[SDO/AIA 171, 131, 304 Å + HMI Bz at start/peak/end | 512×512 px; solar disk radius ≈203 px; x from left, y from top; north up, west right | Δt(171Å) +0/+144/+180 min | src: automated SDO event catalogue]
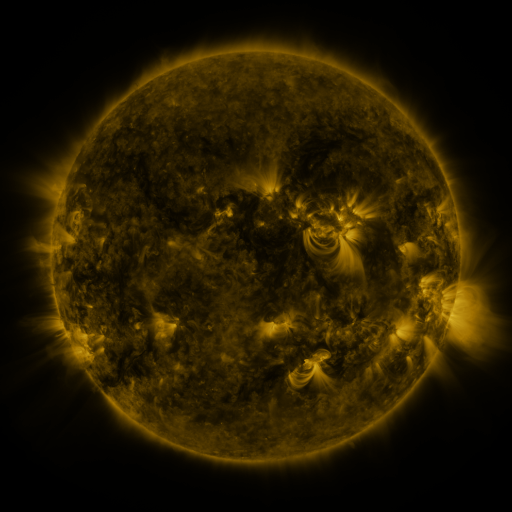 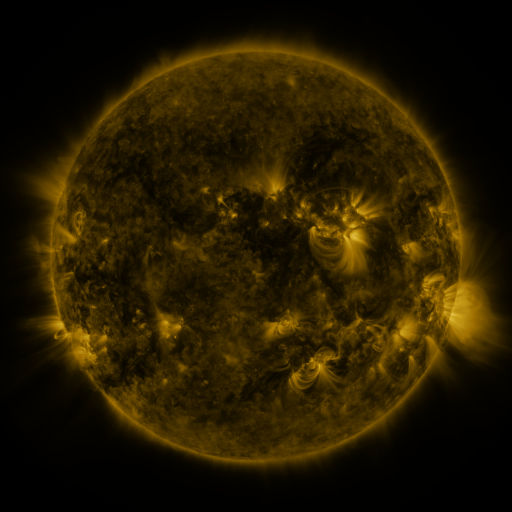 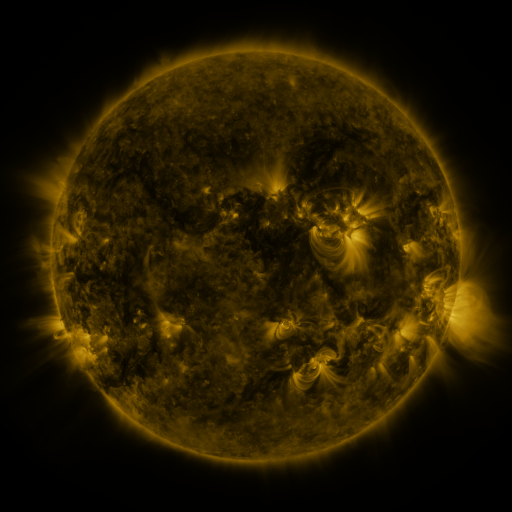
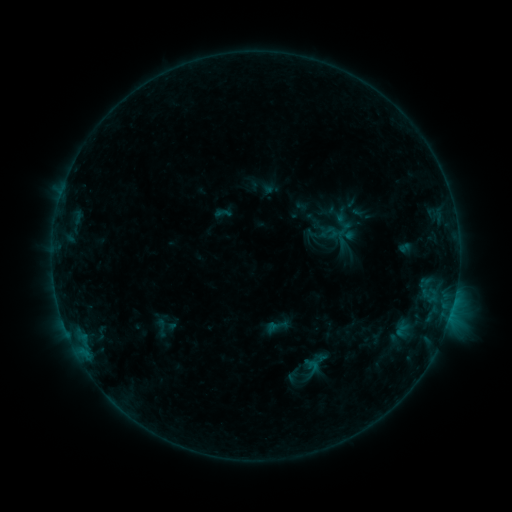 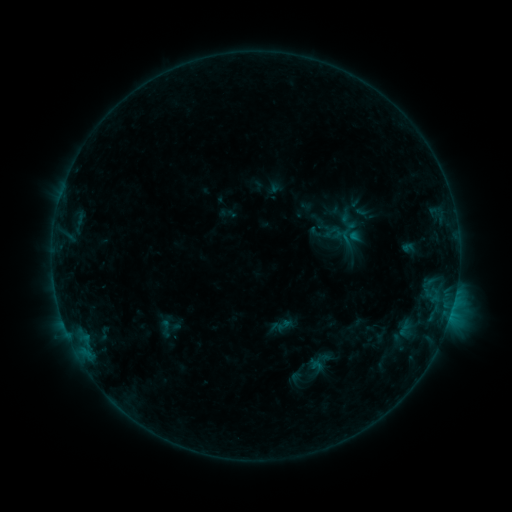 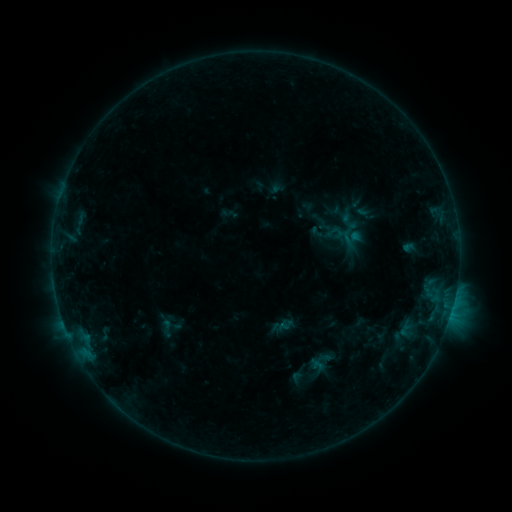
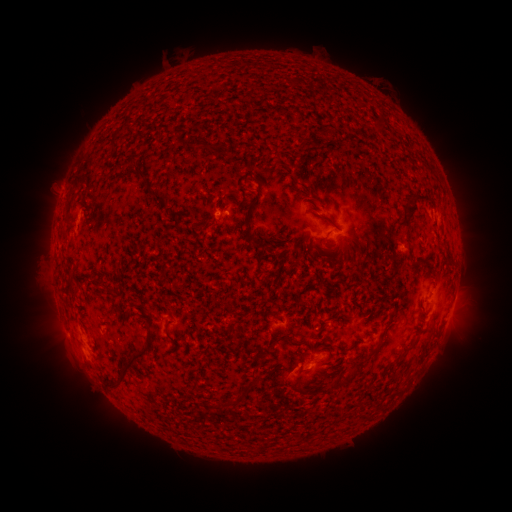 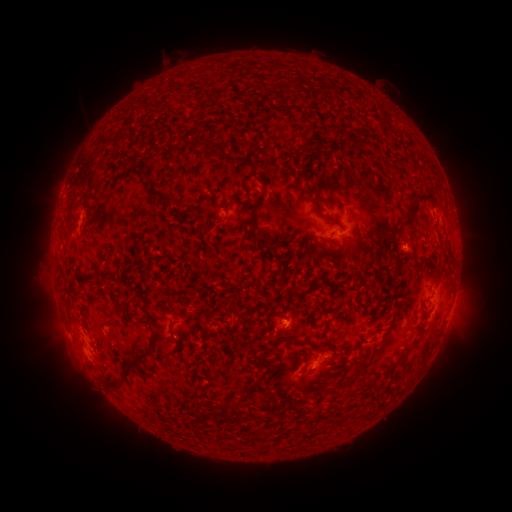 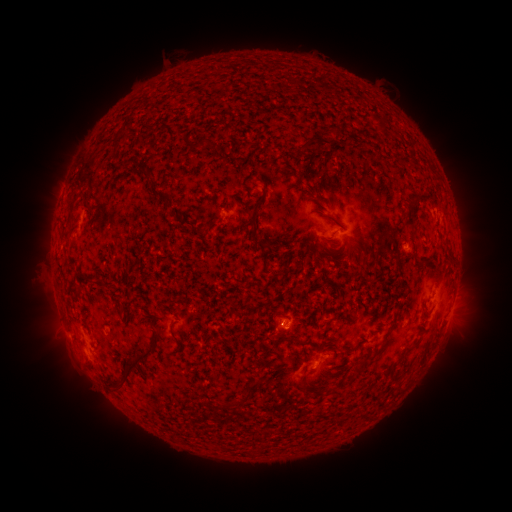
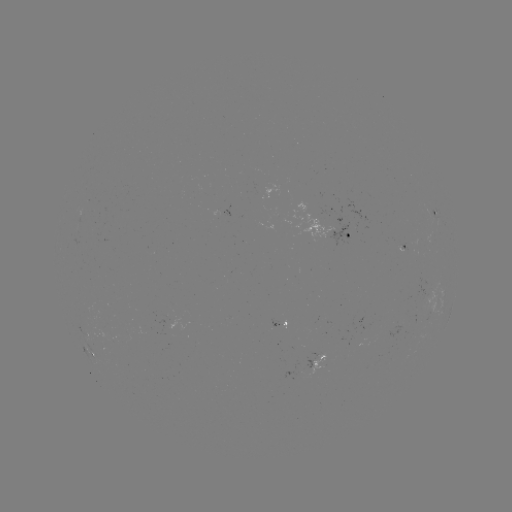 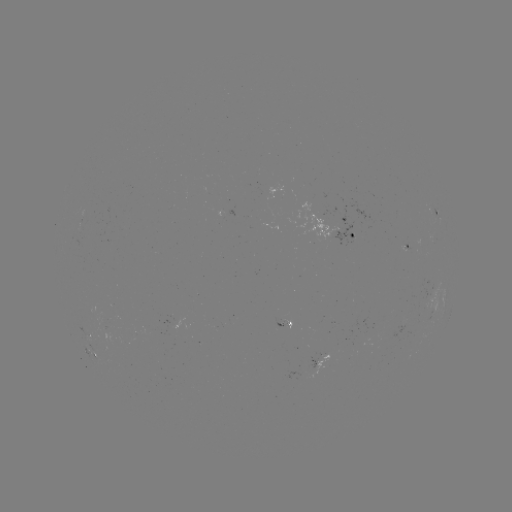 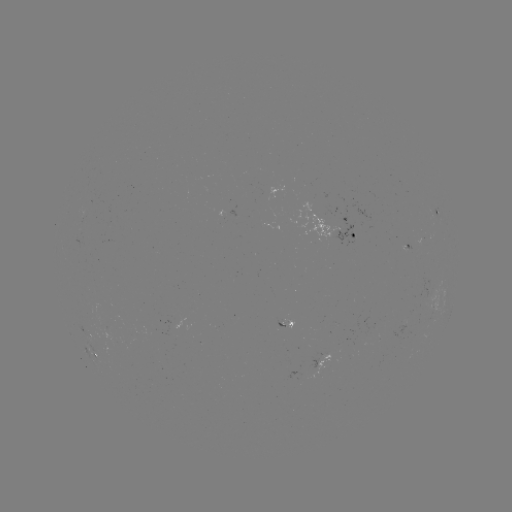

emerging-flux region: [327, 205, 359, 244]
